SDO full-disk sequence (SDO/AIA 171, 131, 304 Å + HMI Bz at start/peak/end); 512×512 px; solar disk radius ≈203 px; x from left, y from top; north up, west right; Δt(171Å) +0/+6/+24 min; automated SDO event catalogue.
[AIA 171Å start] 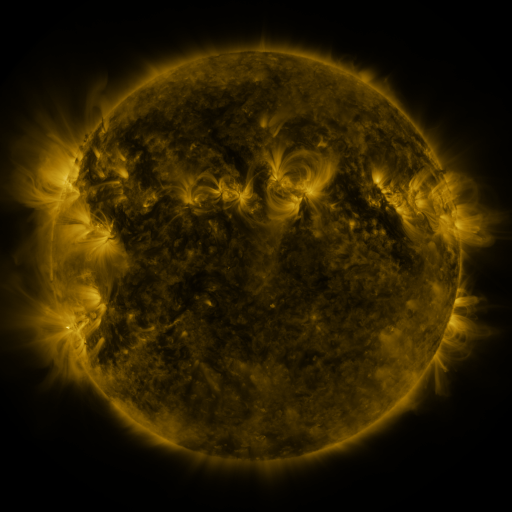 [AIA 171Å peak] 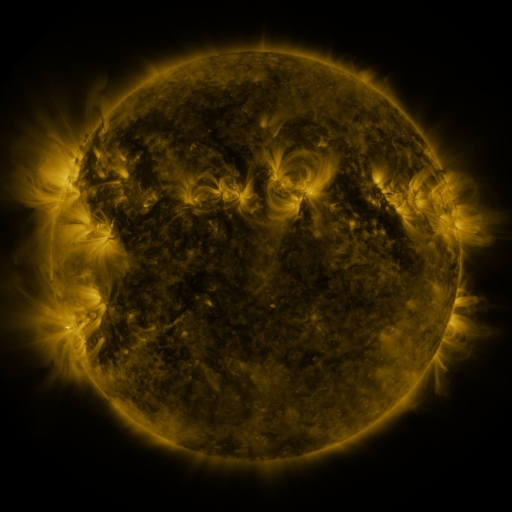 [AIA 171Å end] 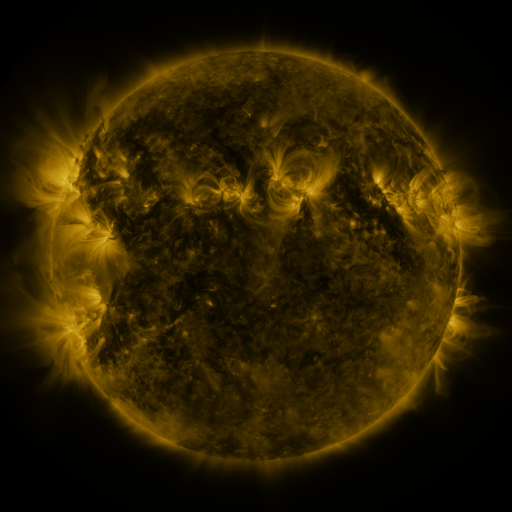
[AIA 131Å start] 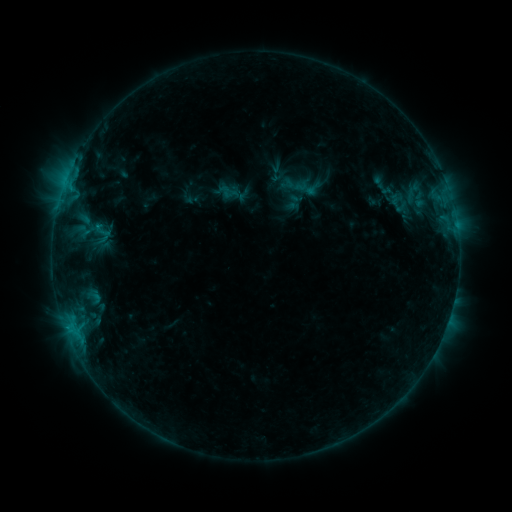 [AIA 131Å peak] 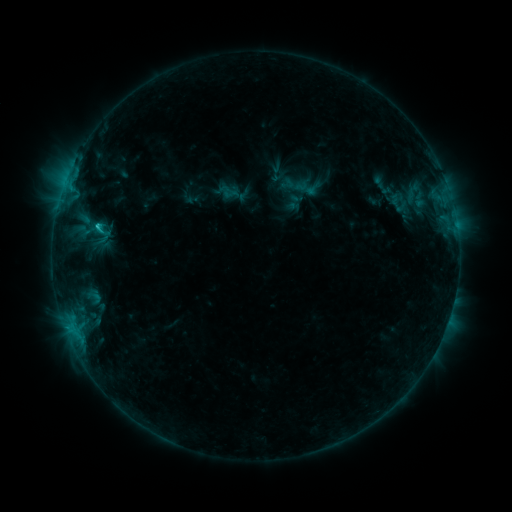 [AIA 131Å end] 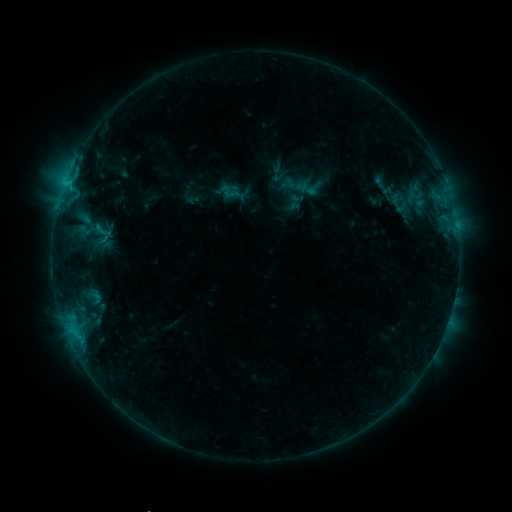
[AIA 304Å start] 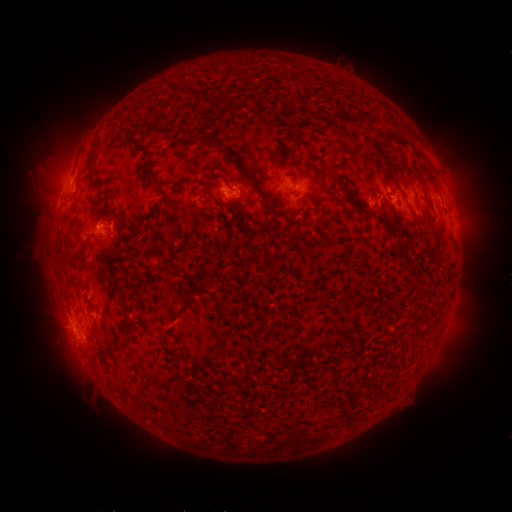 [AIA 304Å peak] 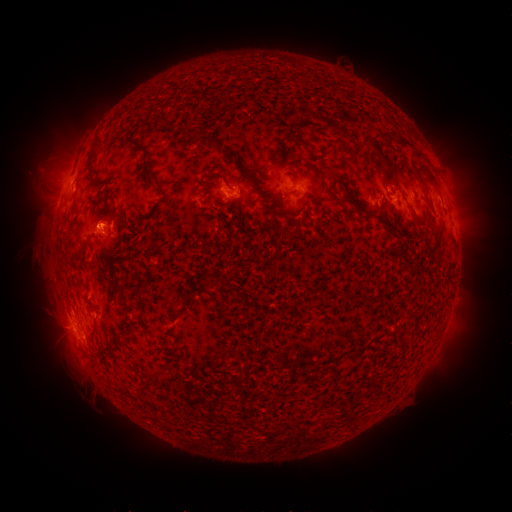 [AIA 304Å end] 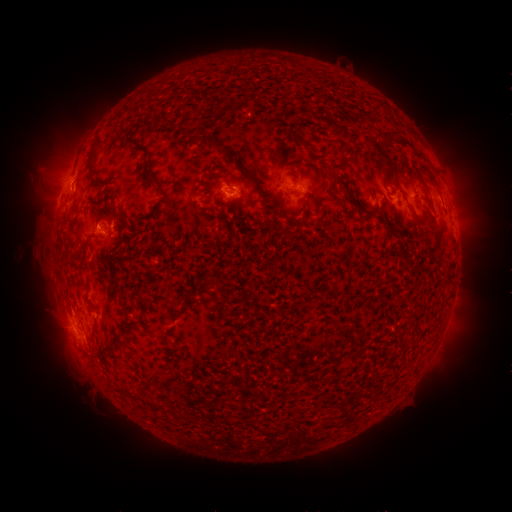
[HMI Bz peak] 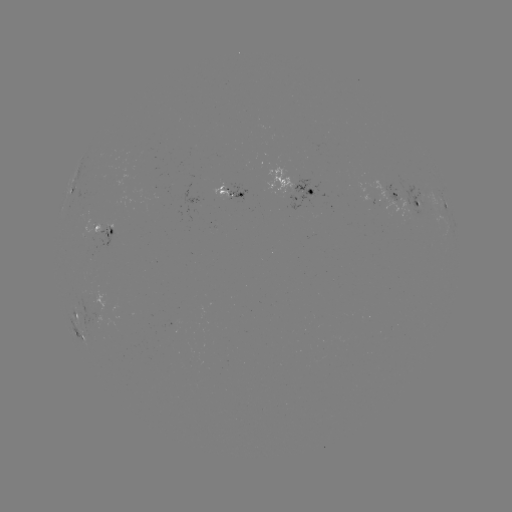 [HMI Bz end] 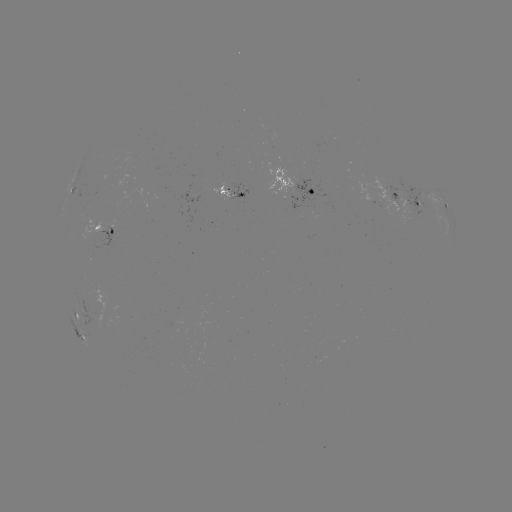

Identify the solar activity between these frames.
C1.2 flare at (99, 229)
